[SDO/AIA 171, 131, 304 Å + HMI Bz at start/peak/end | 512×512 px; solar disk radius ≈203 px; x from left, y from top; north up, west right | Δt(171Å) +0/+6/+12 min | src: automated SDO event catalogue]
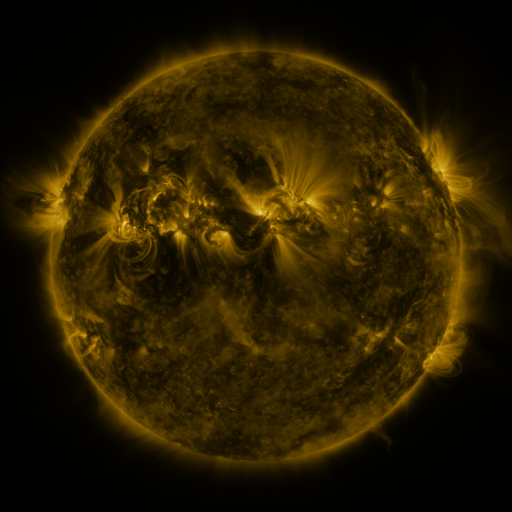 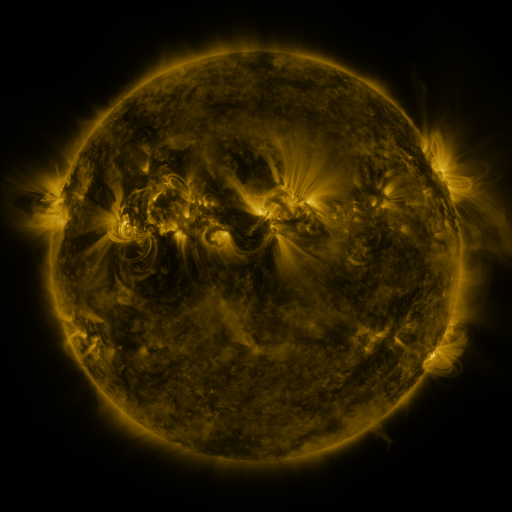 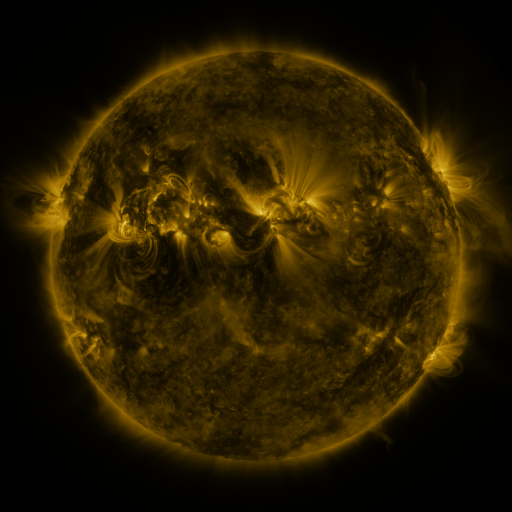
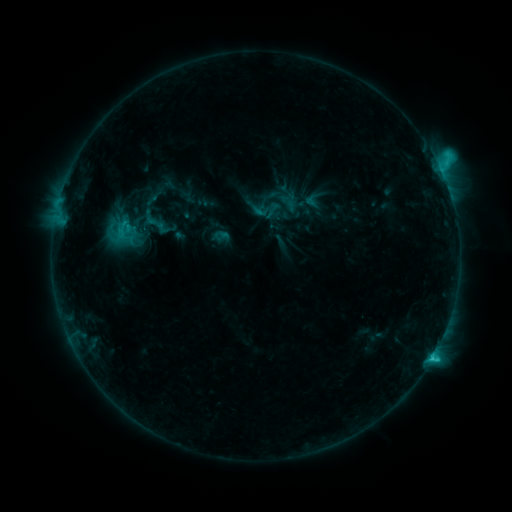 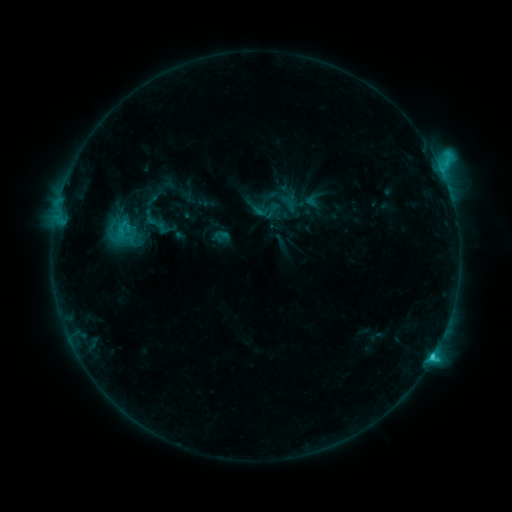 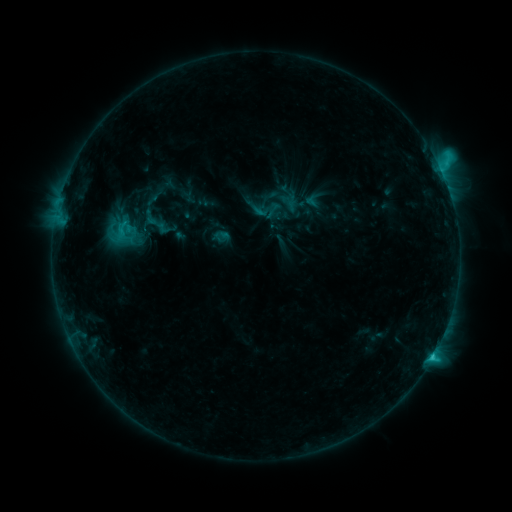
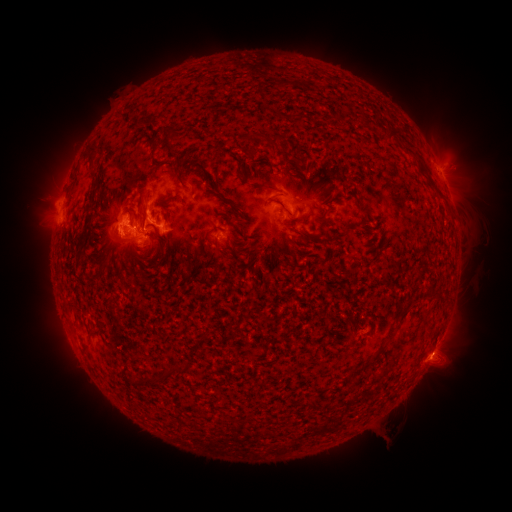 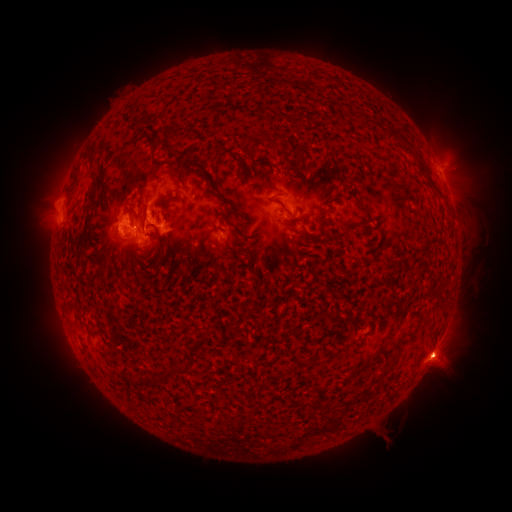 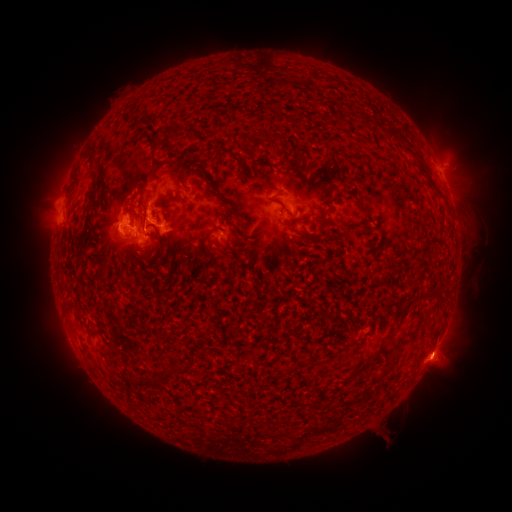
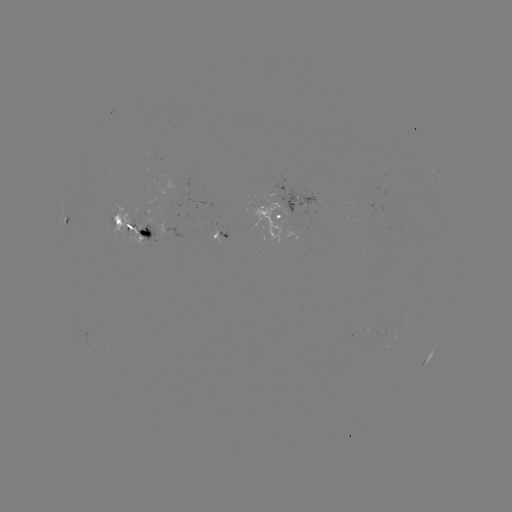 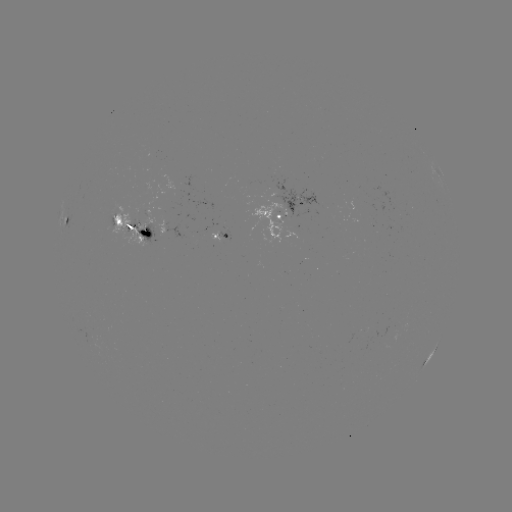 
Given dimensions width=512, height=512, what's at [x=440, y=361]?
eruption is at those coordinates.